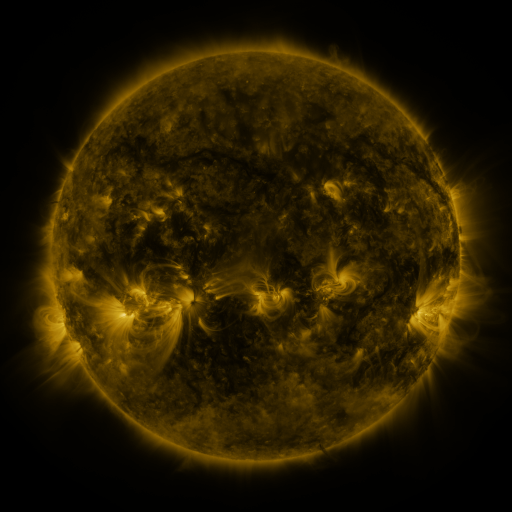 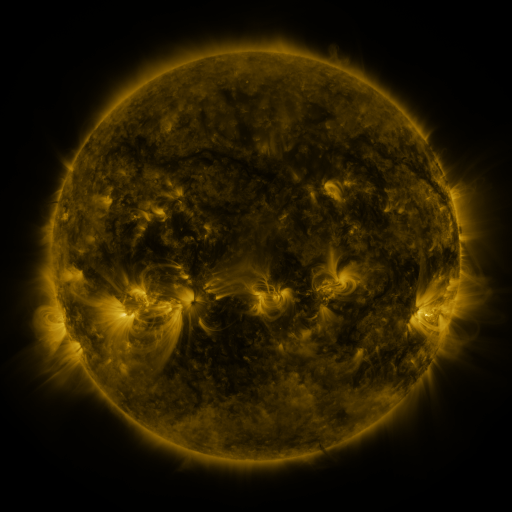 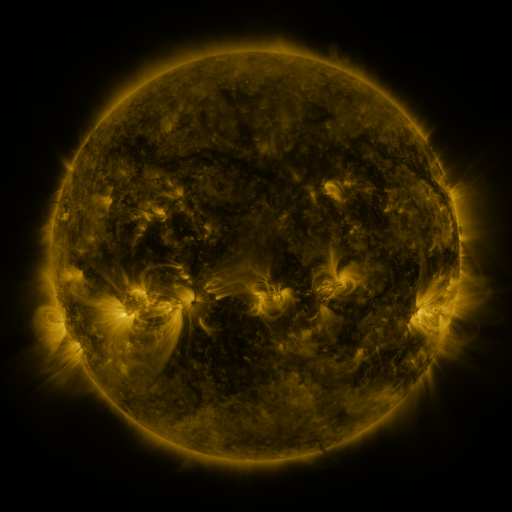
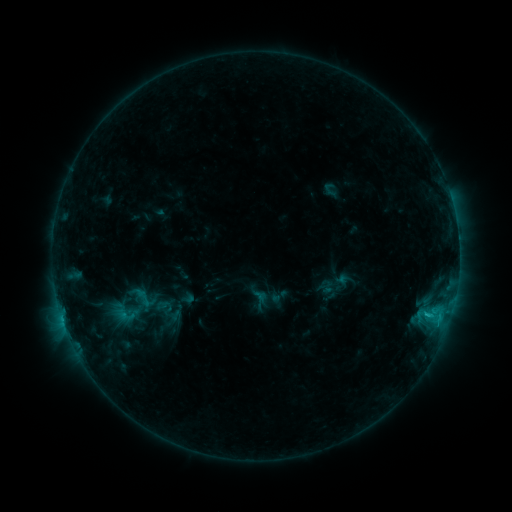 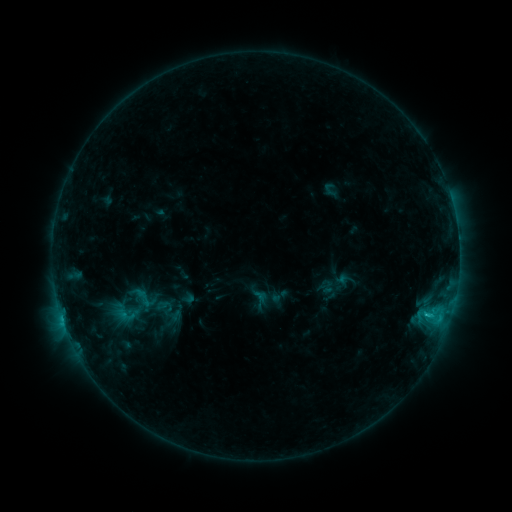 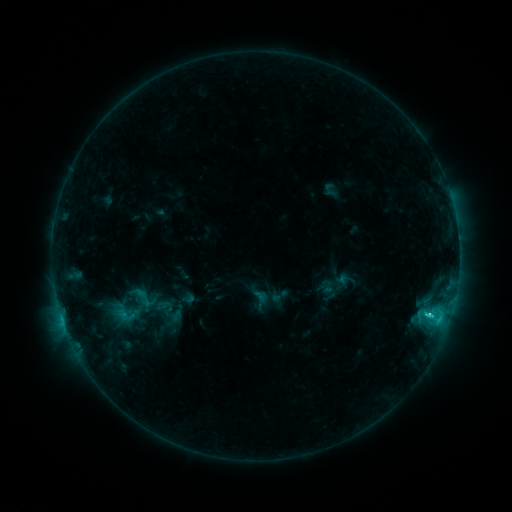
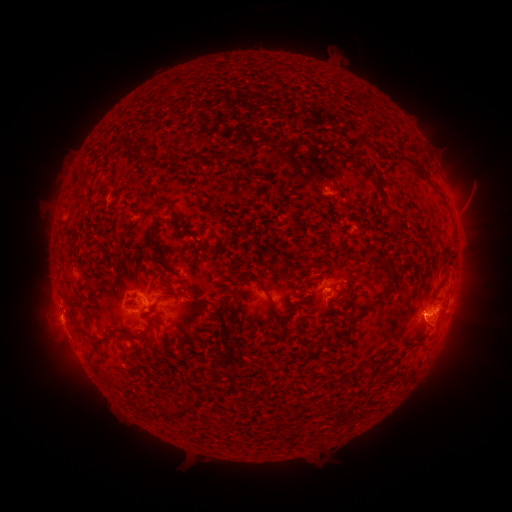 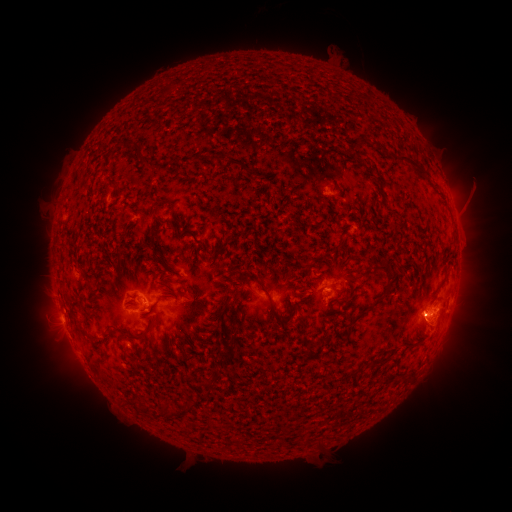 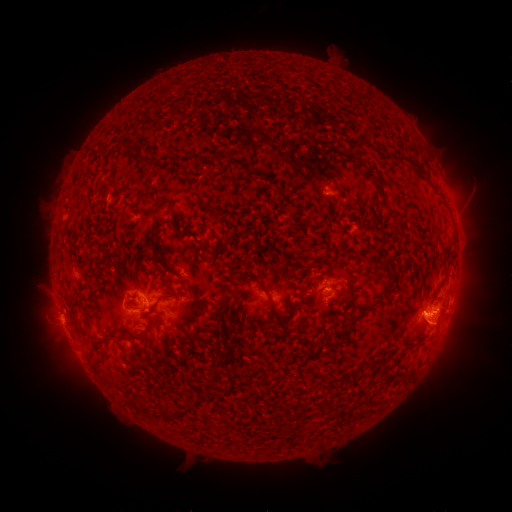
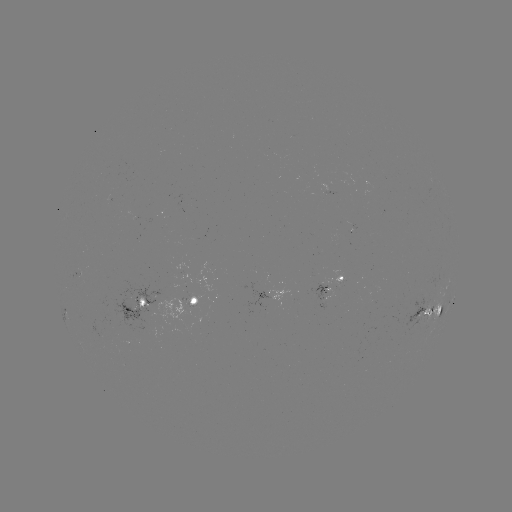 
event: flare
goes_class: C3.3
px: (68, 327)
